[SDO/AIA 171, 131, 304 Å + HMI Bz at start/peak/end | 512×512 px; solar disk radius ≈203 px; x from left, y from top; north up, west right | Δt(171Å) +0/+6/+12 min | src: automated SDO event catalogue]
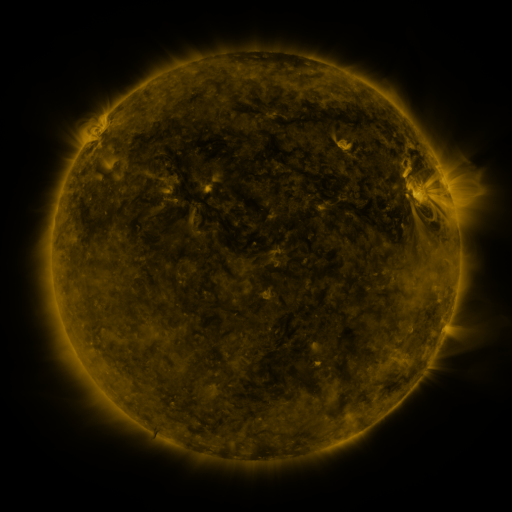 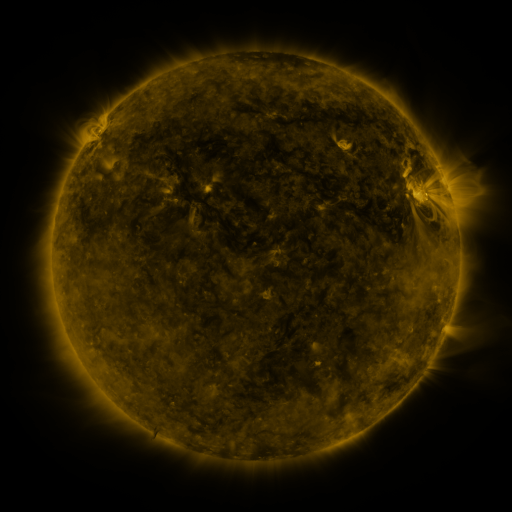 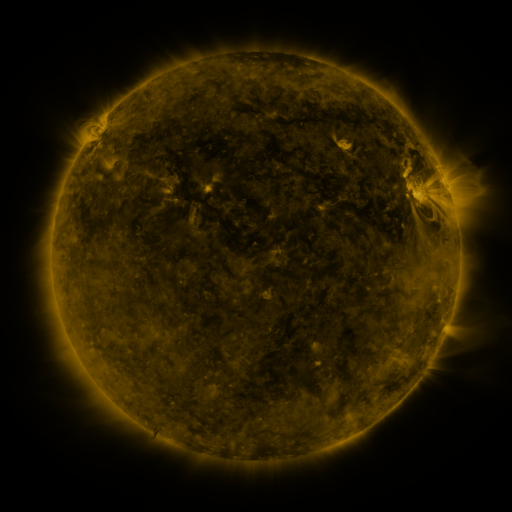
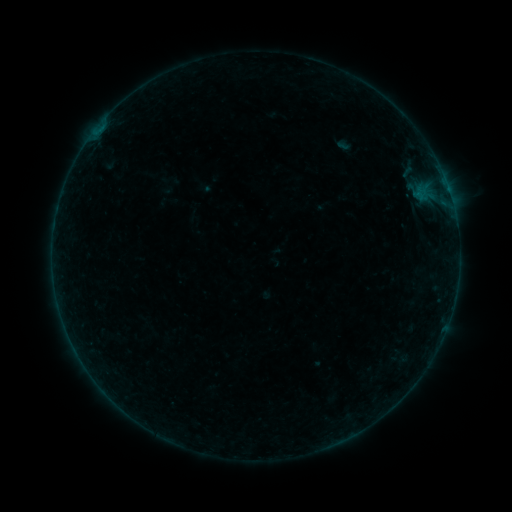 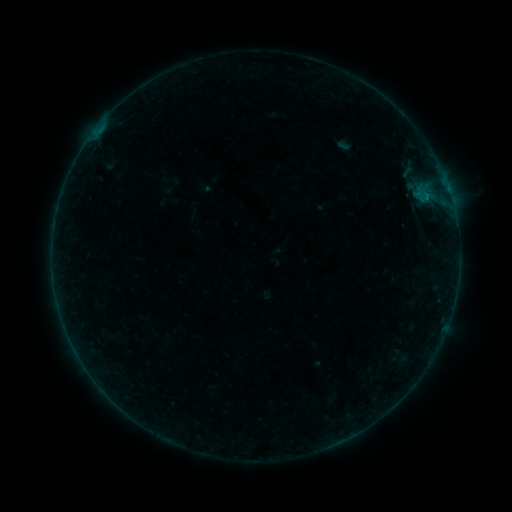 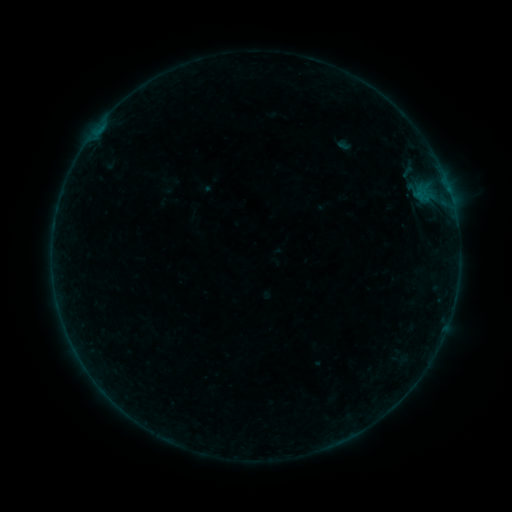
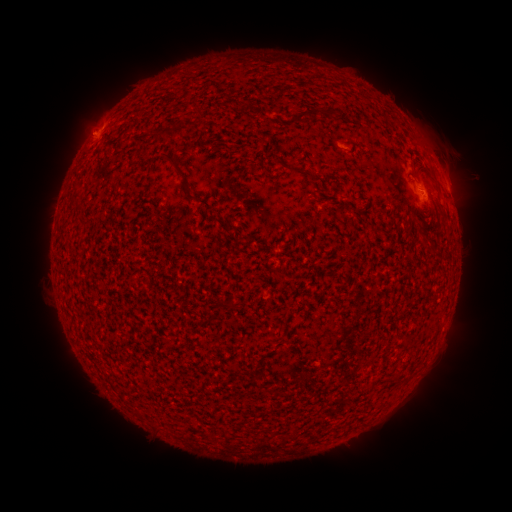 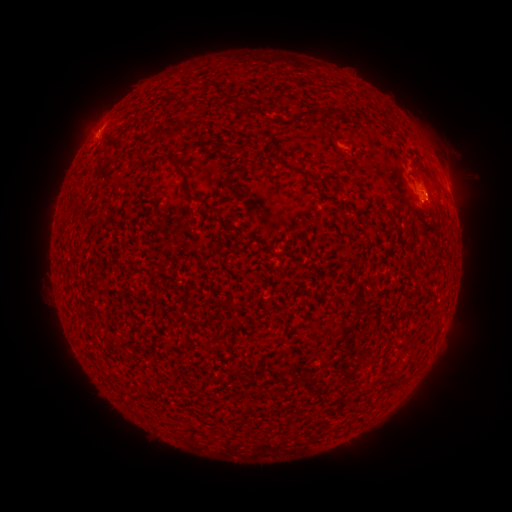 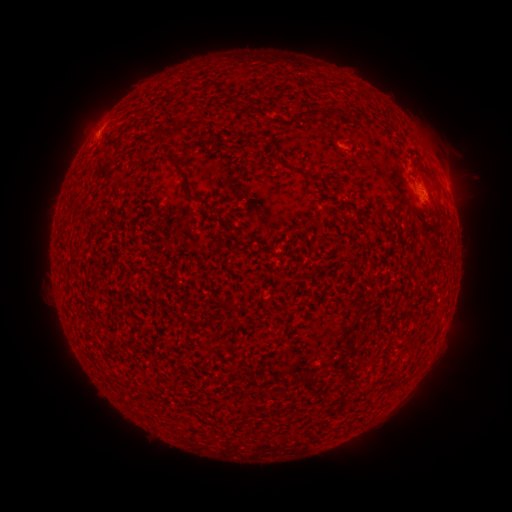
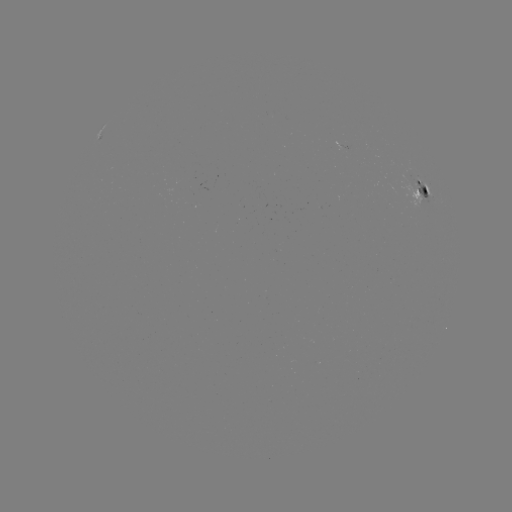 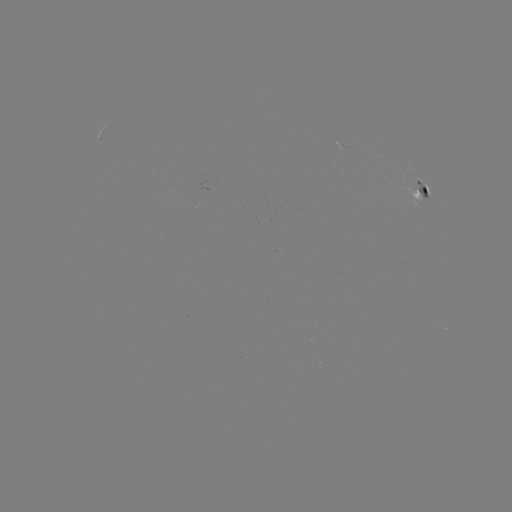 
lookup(B1.7 flare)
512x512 [418, 194]